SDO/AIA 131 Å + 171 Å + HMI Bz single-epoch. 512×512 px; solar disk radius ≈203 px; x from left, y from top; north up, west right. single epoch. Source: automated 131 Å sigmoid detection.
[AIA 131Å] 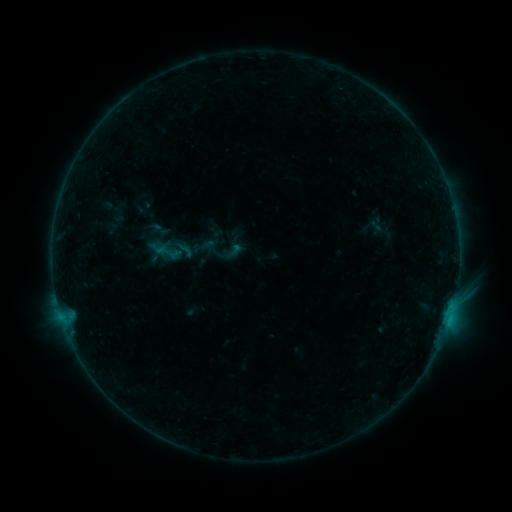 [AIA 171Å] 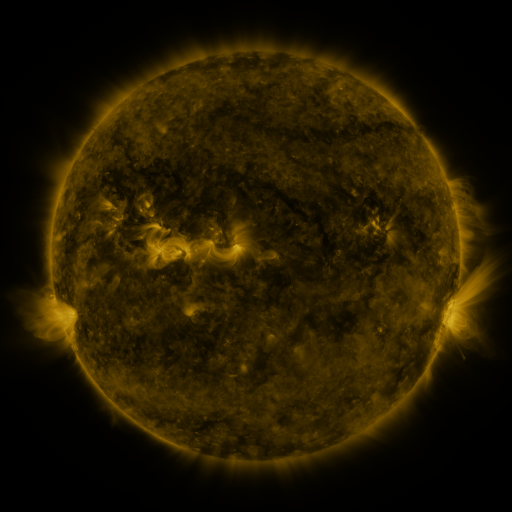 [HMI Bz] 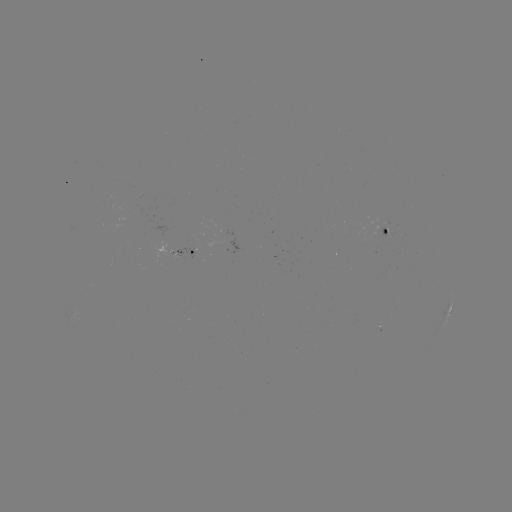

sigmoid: (225, 241, 243, 260)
